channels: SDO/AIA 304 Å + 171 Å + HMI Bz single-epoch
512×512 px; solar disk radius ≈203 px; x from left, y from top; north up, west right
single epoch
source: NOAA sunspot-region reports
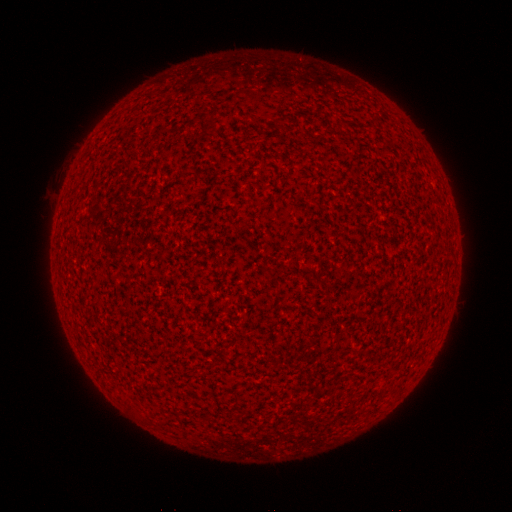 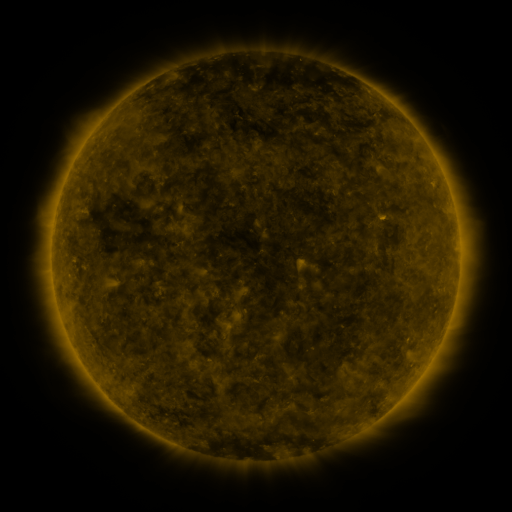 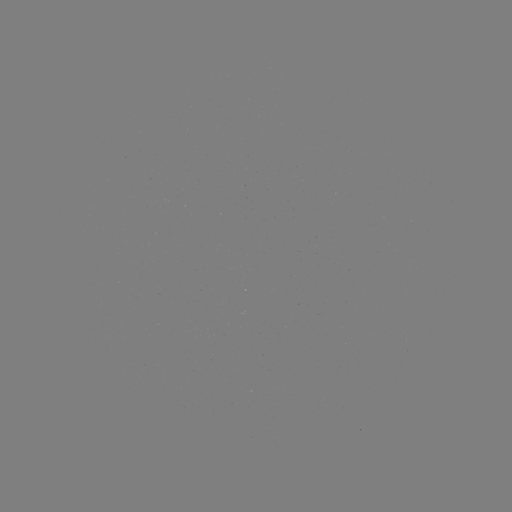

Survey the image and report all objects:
(none)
